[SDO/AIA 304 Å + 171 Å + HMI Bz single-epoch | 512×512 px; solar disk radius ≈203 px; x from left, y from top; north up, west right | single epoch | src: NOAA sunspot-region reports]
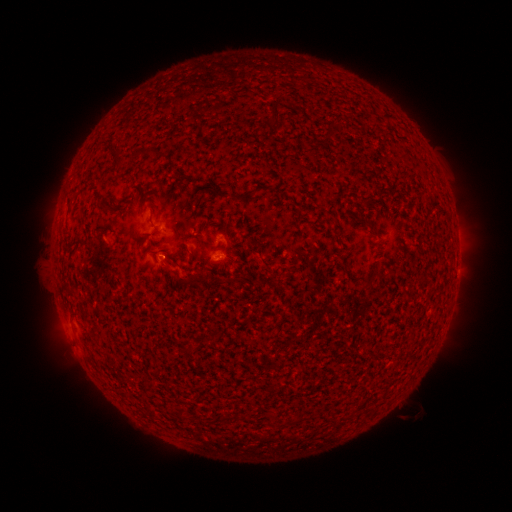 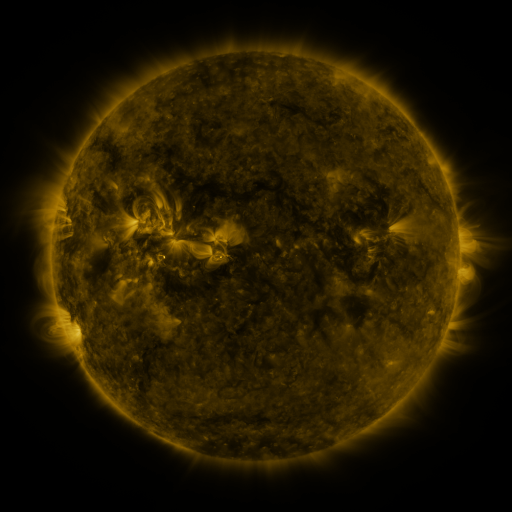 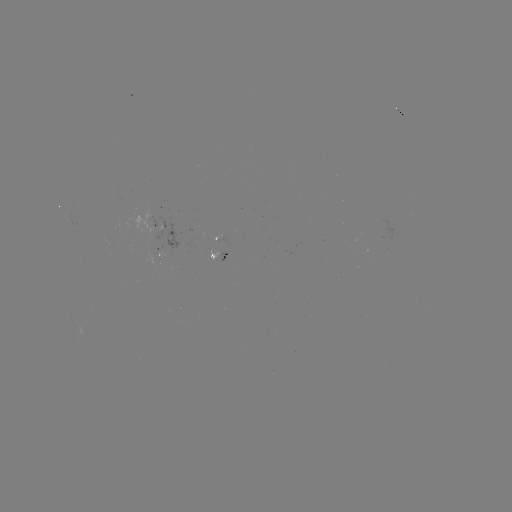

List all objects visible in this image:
spotted active region: (166, 228)
spotted active region: (217, 238)
spotted active region: (217, 255)
